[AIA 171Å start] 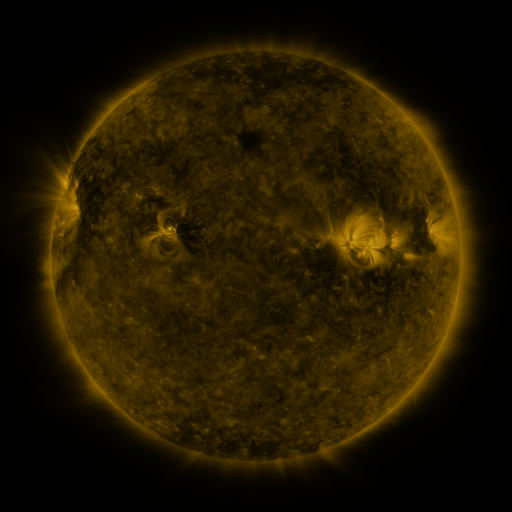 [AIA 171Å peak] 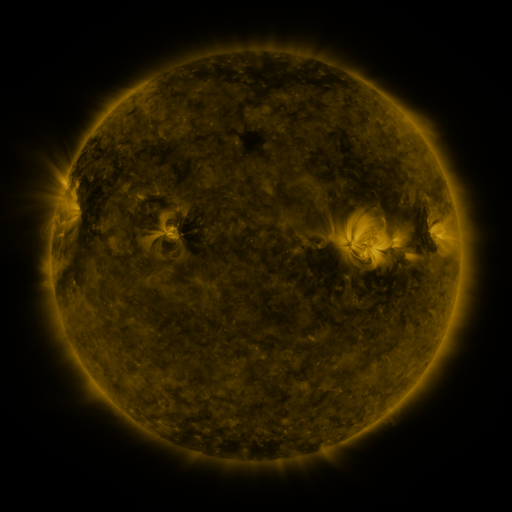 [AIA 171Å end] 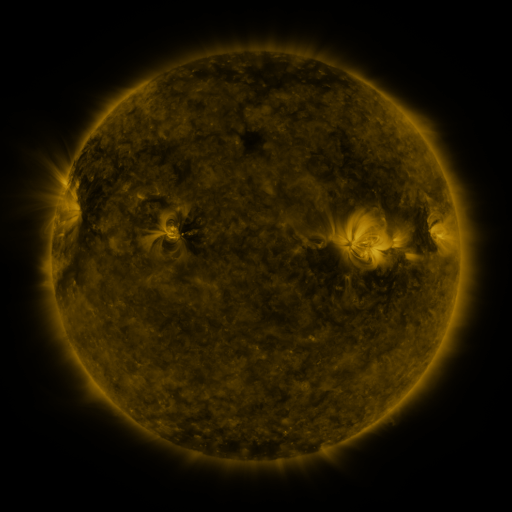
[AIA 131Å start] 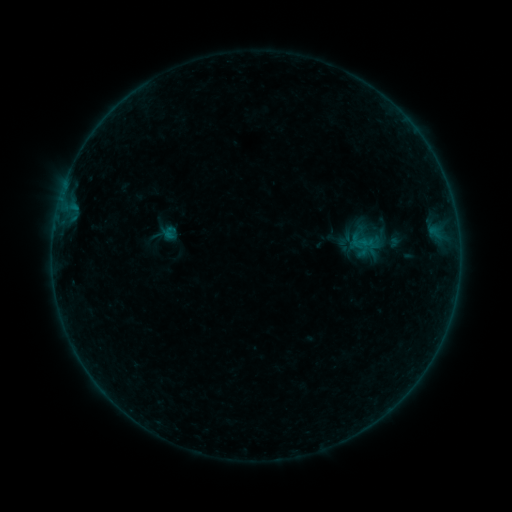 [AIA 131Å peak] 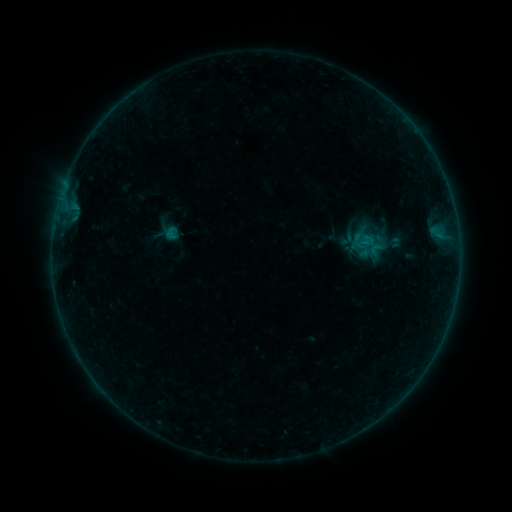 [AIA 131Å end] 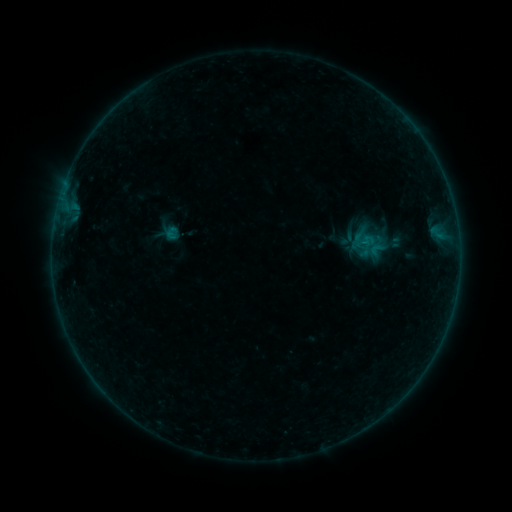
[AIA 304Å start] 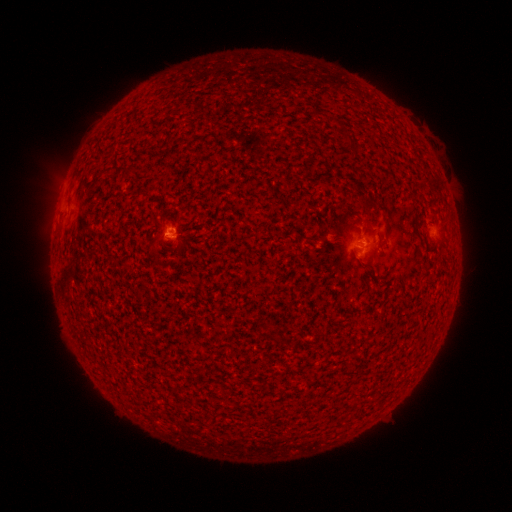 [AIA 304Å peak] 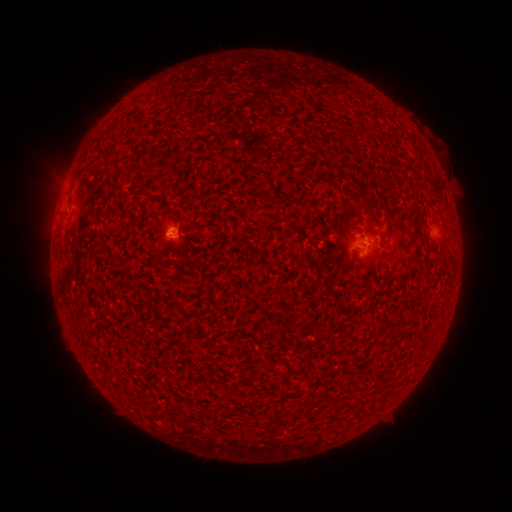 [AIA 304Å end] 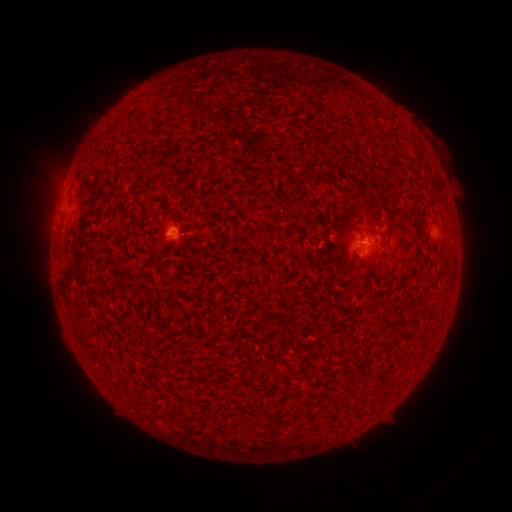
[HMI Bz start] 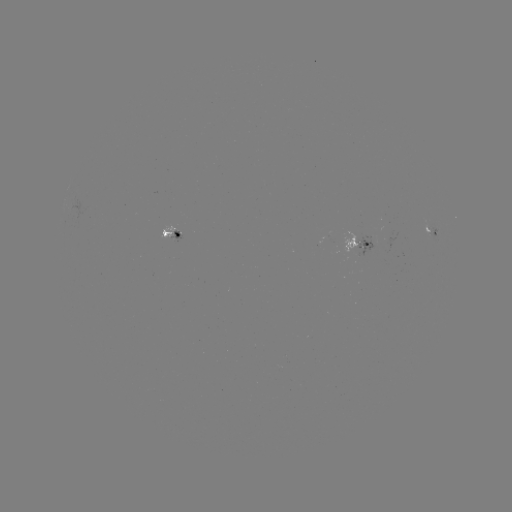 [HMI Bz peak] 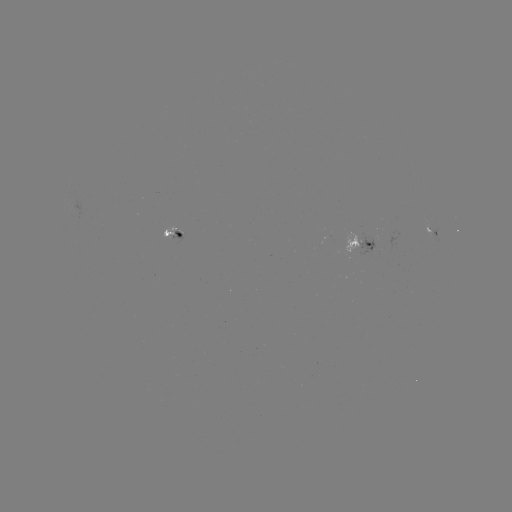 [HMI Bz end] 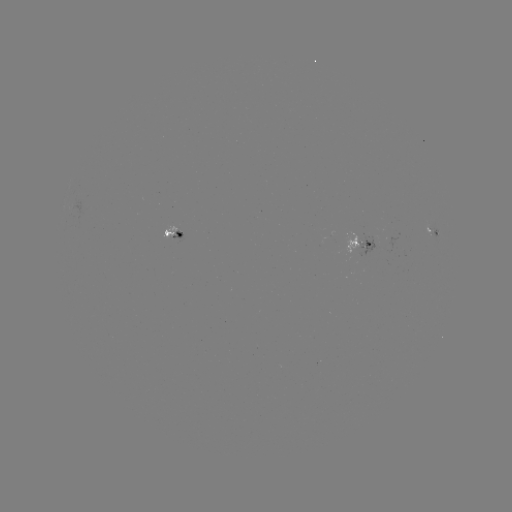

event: emerging-flux region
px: (363, 243)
